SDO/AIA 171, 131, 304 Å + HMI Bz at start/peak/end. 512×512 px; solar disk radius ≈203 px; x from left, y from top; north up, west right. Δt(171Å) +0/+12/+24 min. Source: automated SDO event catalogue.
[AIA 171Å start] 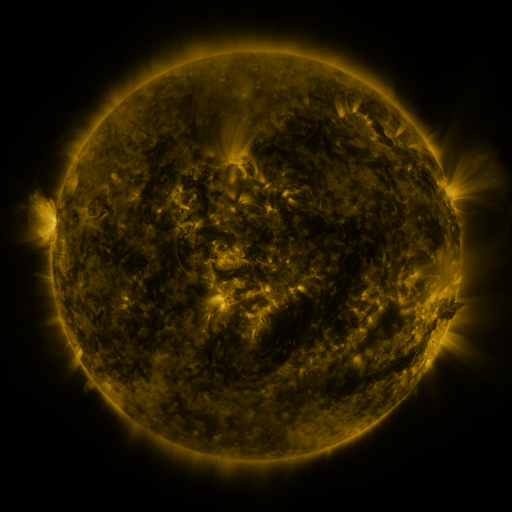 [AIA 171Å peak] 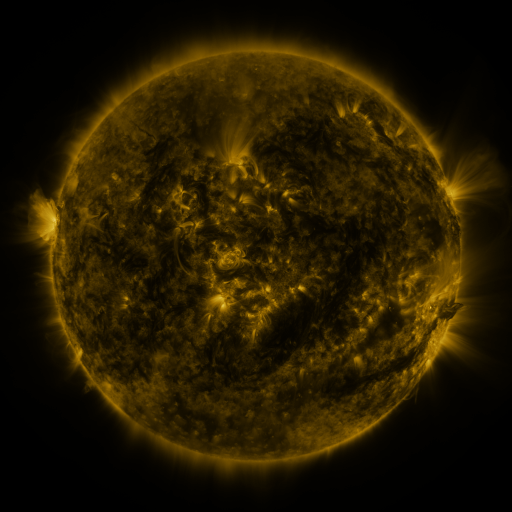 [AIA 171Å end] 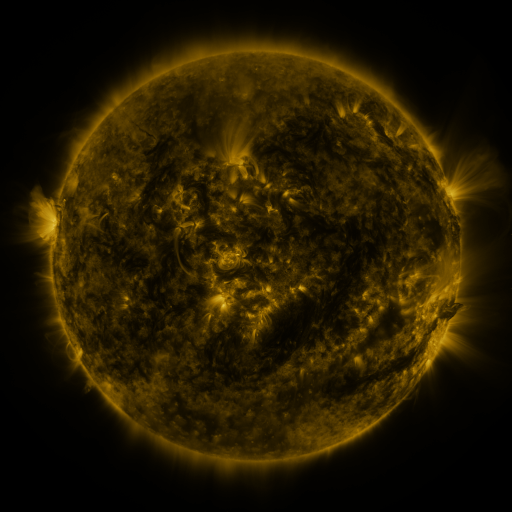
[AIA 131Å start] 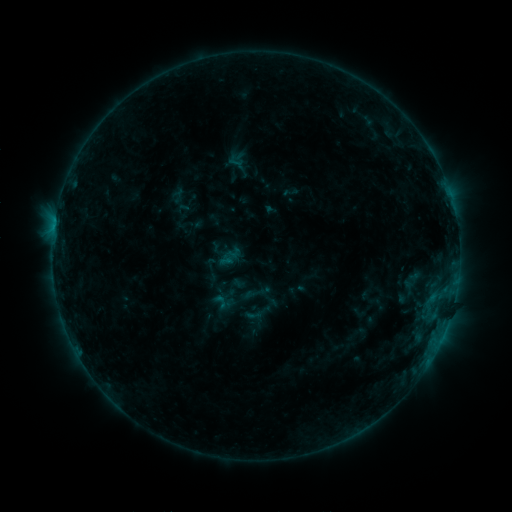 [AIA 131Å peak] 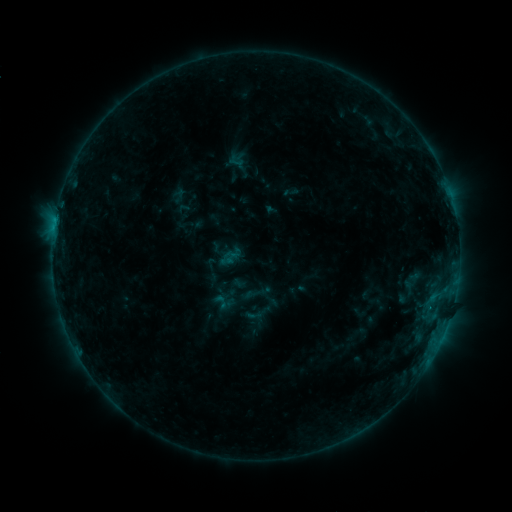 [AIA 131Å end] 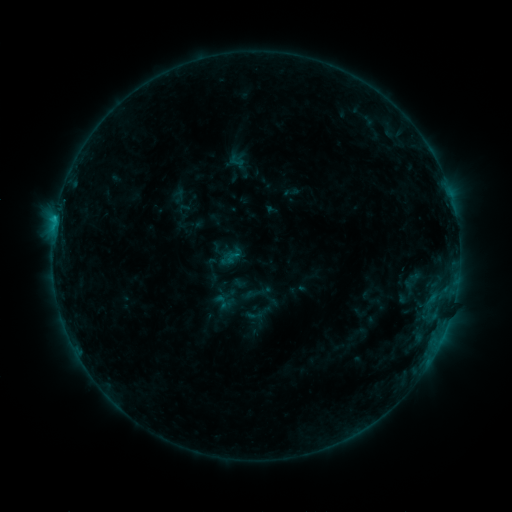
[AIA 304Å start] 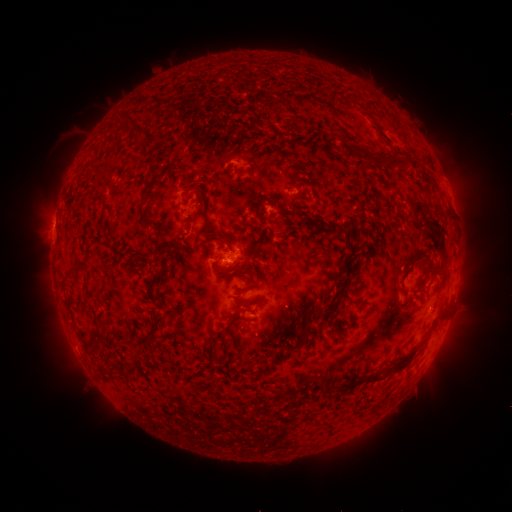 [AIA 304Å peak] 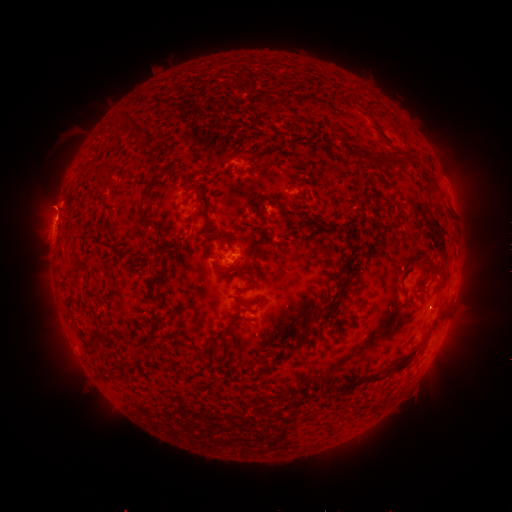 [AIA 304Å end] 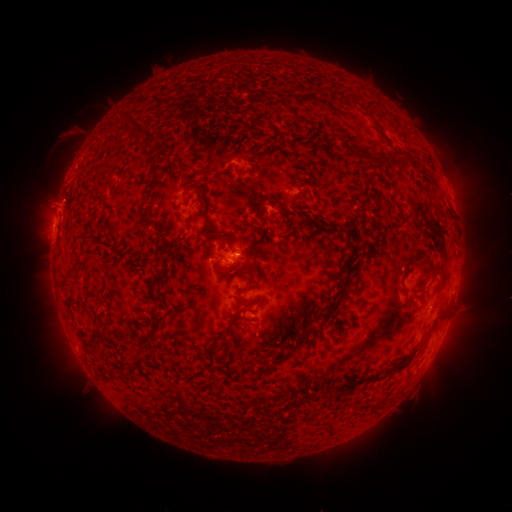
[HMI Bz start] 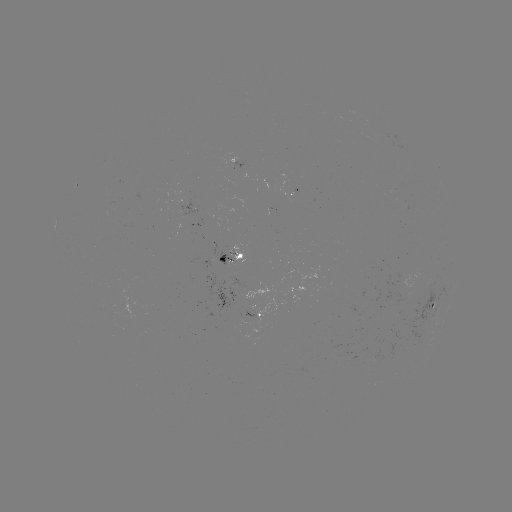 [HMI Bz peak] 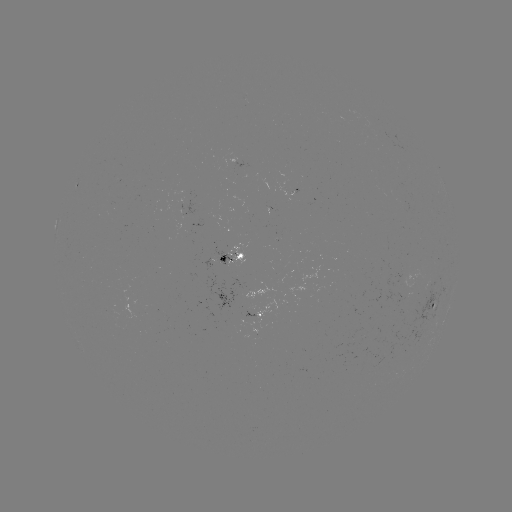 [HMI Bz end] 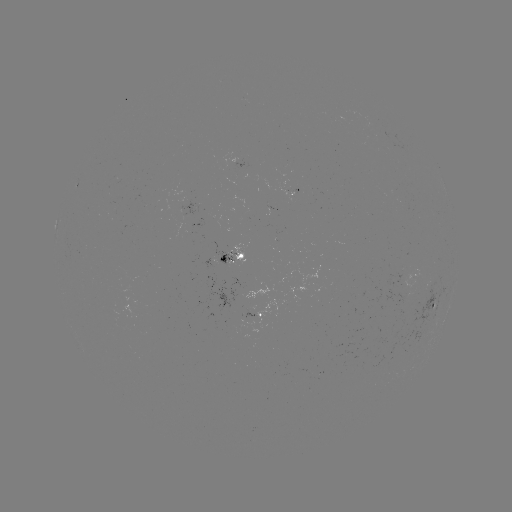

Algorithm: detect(eruption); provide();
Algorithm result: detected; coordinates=[54, 205]